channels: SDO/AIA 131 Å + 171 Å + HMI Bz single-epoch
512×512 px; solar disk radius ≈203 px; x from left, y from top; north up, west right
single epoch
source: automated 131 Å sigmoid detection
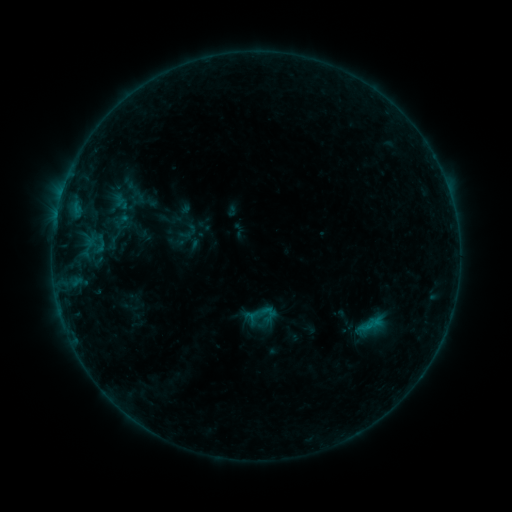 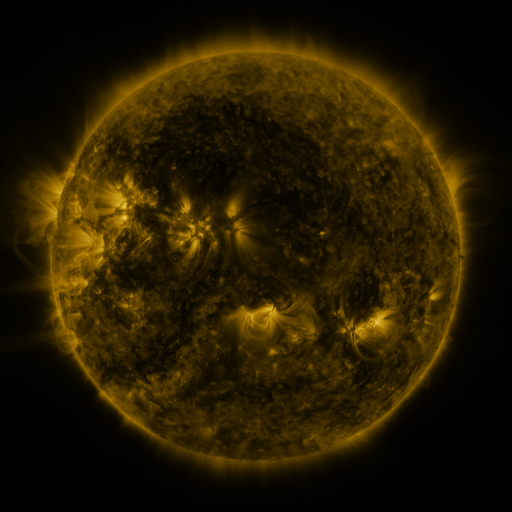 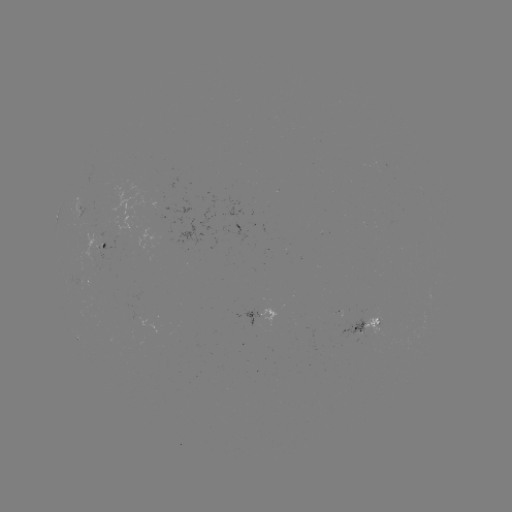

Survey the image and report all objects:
sigmoid: (113, 243)
sigmoid: (261, 318)
